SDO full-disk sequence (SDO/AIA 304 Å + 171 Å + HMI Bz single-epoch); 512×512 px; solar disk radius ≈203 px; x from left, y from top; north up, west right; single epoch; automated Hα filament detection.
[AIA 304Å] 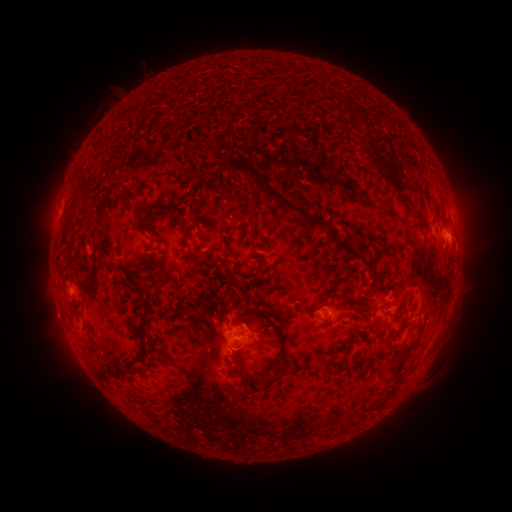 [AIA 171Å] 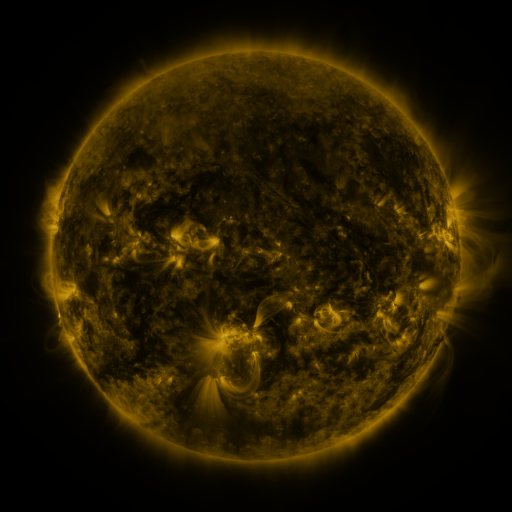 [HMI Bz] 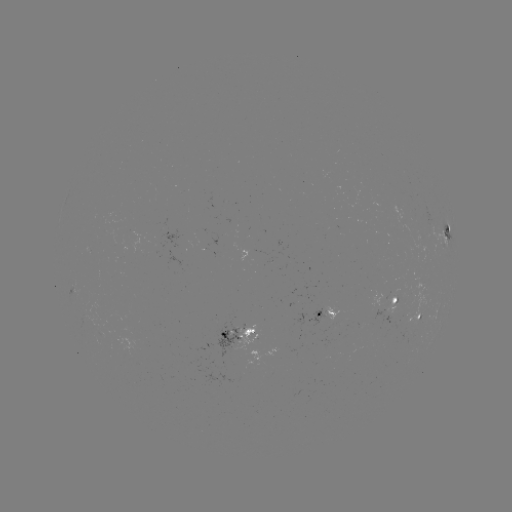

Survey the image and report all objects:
filament: (100, 155)
filament: (386, 167)
filament: (189, 181)
filament: (275, 195)
filament: (405, 200)
filament: (75, 203)
filament: (444, 220)
filament: (70, 224)
filament: (252, 243)
filament: (346, 247)
filament: (192, 256)
filament: (370, 260)
filament: (257, 272)
filament: (371, 285)
filament: (355, 300)
filament: (147, 313)
filament: (257, 313)
filament: (404, 318)
filament: (375, 323)
filament: (414, 341)
filament: (397, 351)
filament: (146, 352)
filament: (239, 363)
filament: (398, 367)
filament: (130, 369)
filament: (332, 369)
filament: (121, 374)
filament: (280, 374)
filament: (258, 377)
